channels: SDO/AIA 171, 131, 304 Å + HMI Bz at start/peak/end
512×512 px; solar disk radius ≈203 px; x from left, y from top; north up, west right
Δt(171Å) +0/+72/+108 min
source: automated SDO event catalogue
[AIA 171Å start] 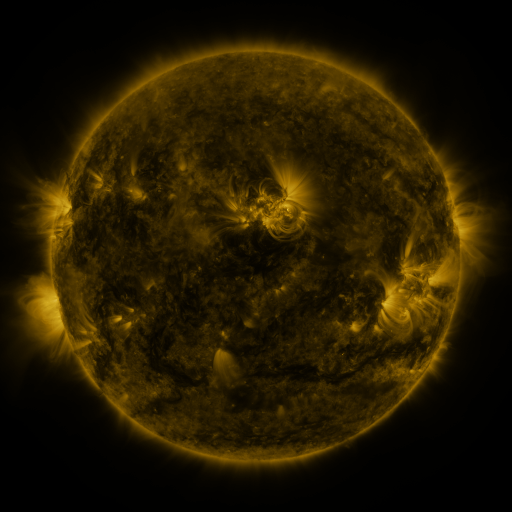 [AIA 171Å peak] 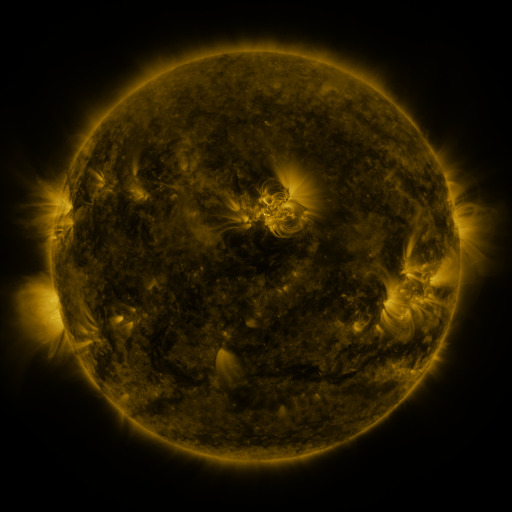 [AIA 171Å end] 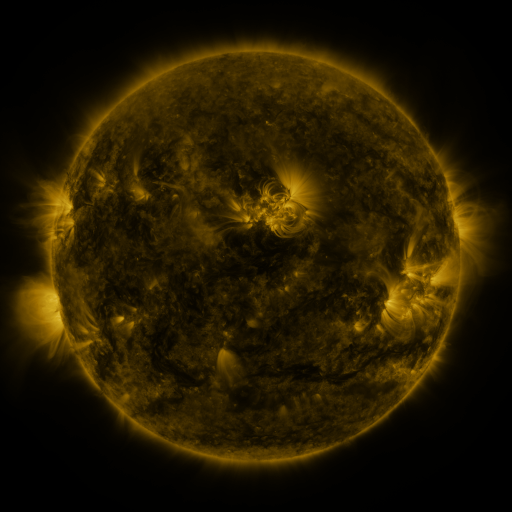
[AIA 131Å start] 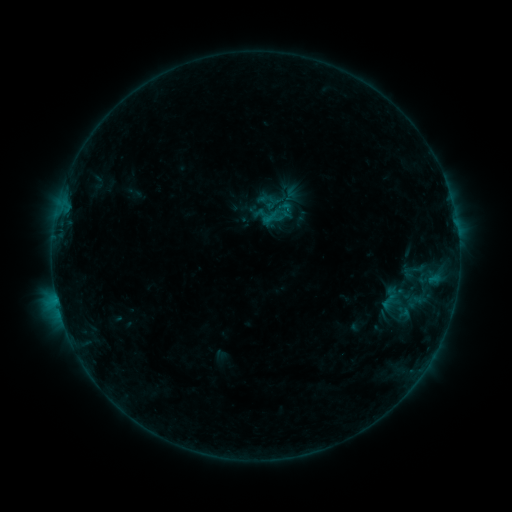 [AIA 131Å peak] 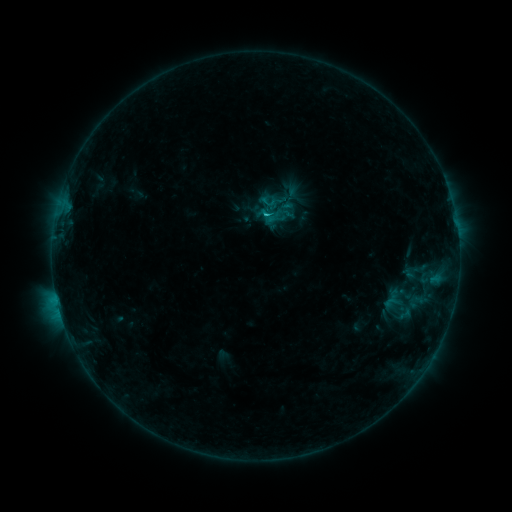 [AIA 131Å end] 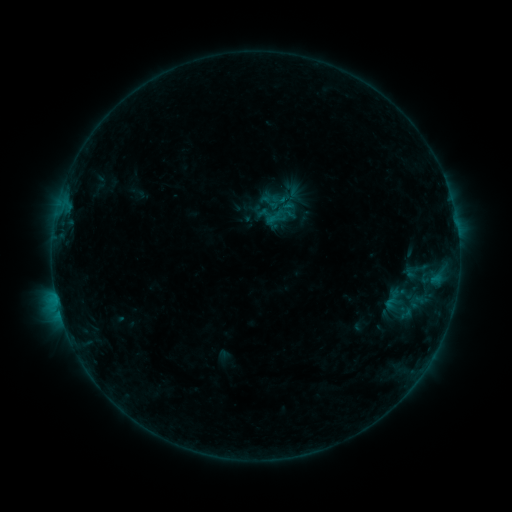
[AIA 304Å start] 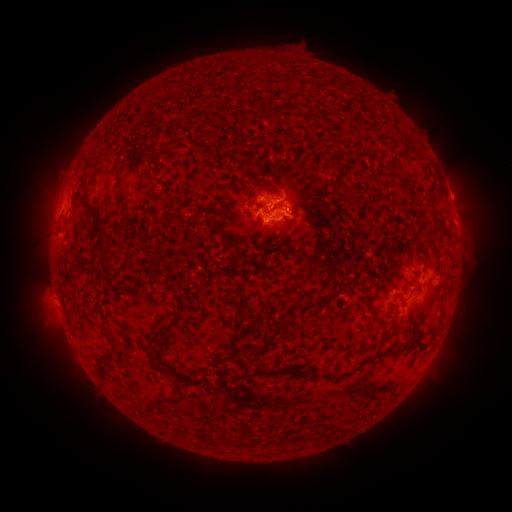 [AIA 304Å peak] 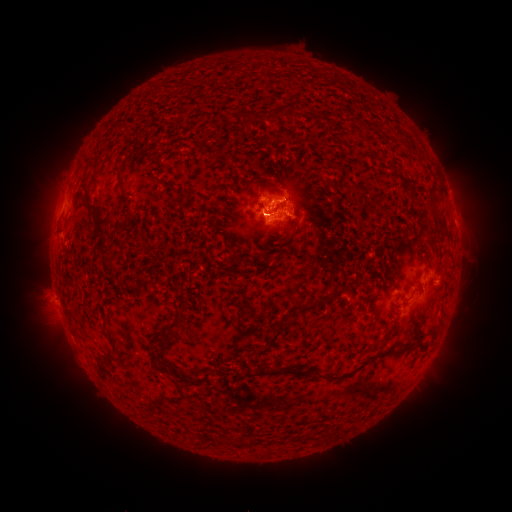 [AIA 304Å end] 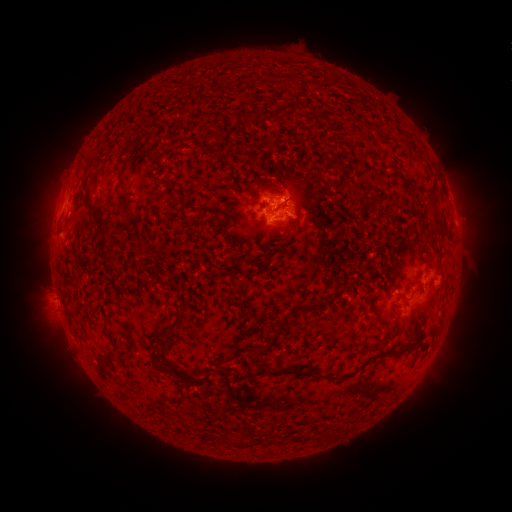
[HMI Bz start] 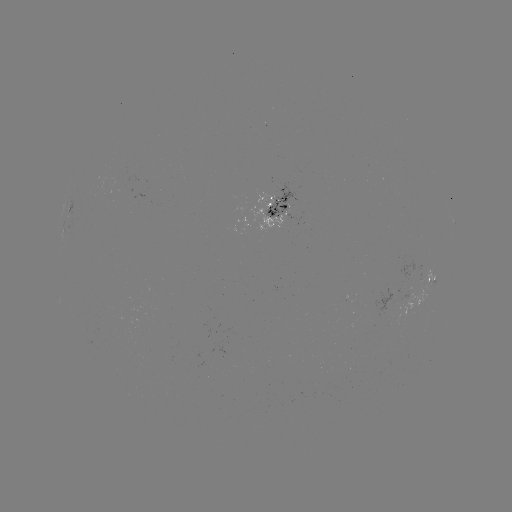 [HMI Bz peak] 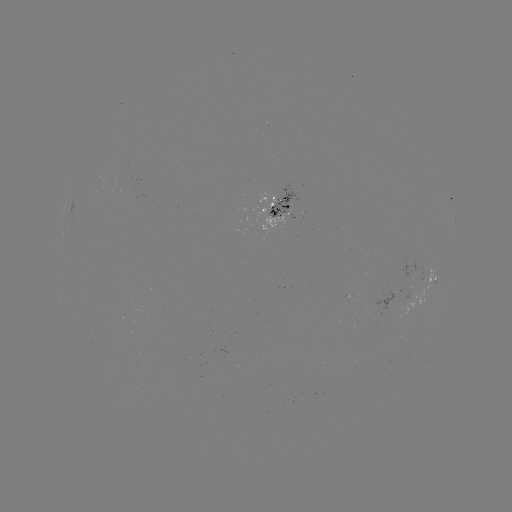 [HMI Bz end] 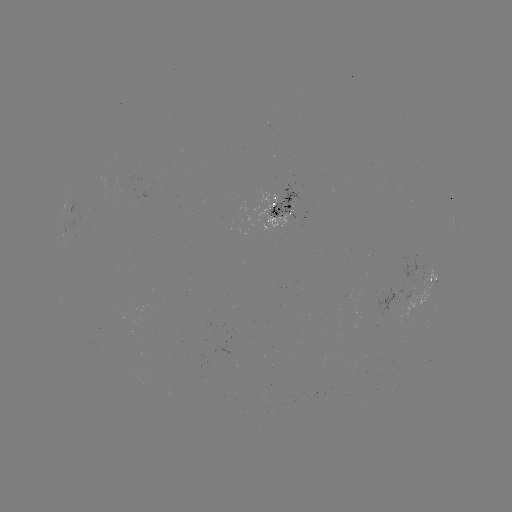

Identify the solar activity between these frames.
emerging-flux region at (285, 210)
